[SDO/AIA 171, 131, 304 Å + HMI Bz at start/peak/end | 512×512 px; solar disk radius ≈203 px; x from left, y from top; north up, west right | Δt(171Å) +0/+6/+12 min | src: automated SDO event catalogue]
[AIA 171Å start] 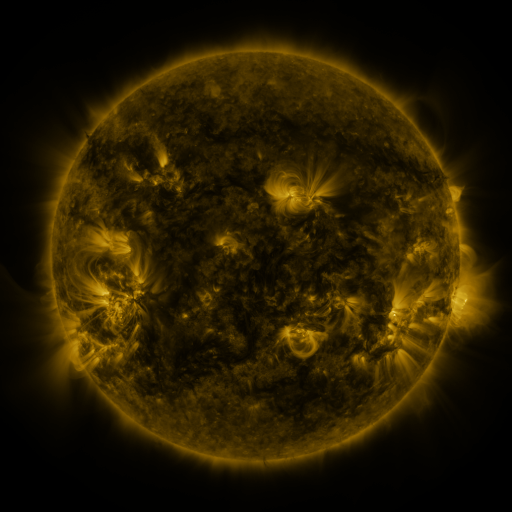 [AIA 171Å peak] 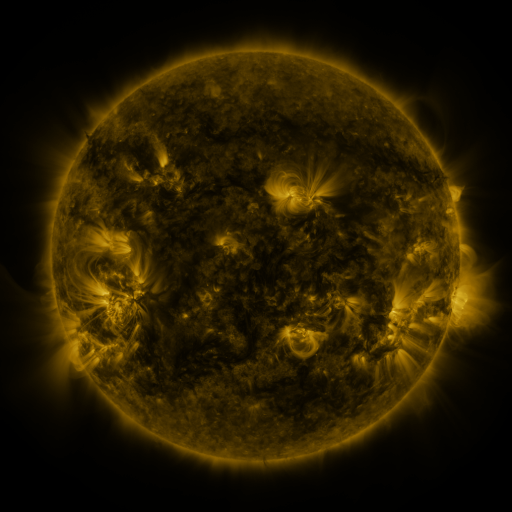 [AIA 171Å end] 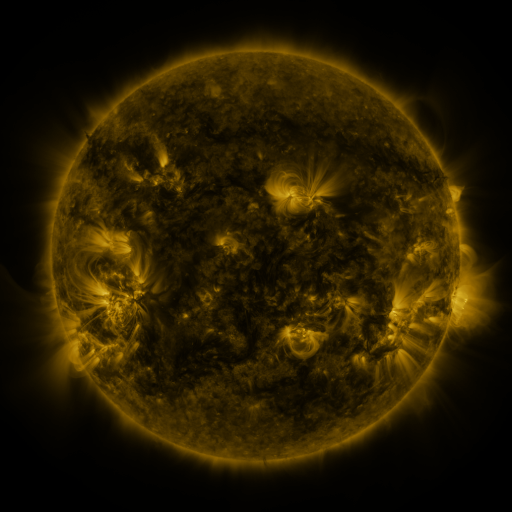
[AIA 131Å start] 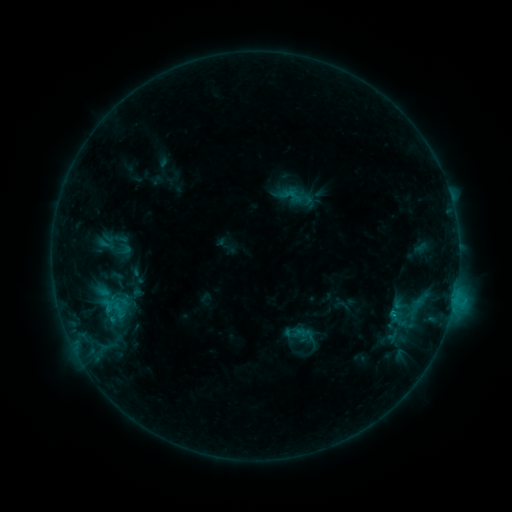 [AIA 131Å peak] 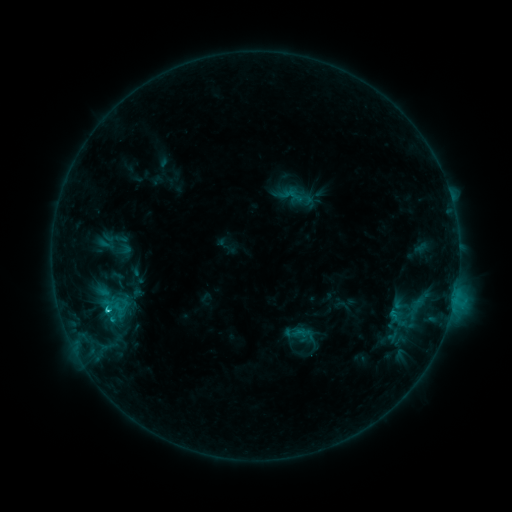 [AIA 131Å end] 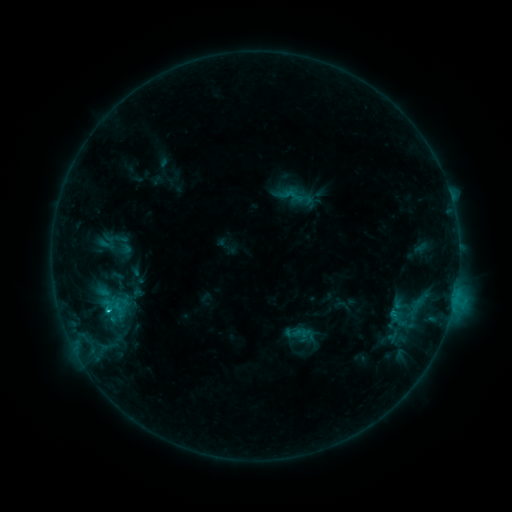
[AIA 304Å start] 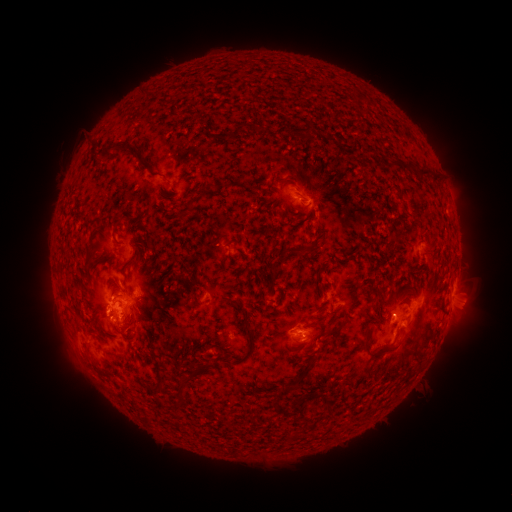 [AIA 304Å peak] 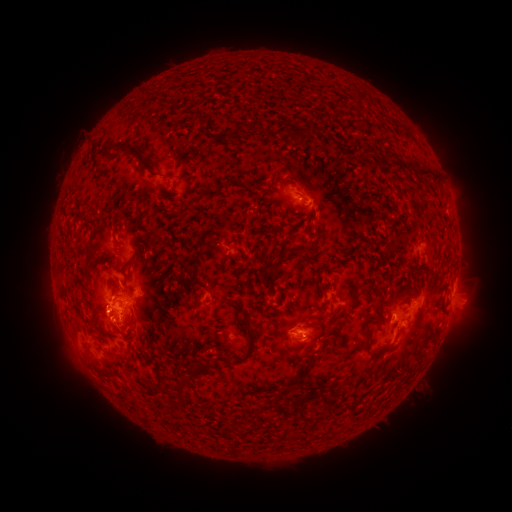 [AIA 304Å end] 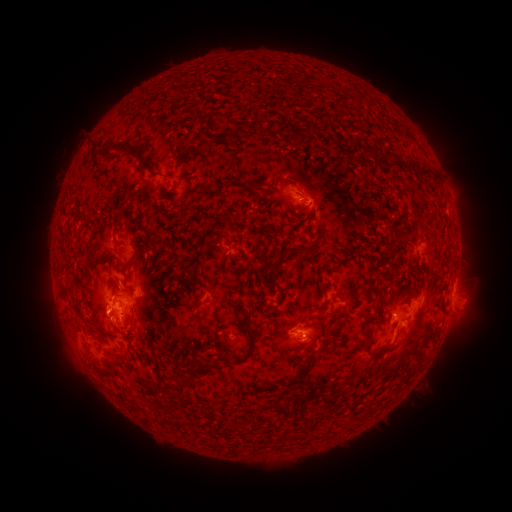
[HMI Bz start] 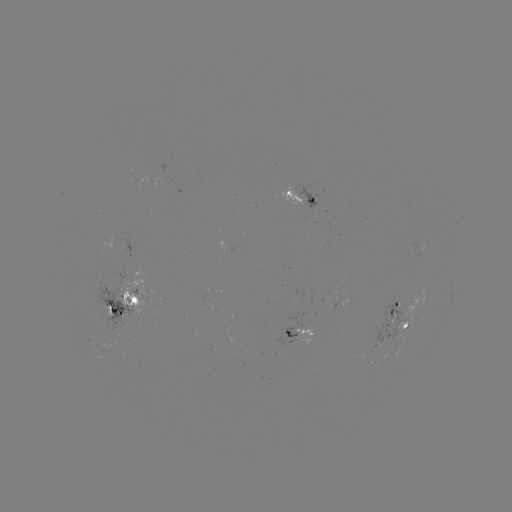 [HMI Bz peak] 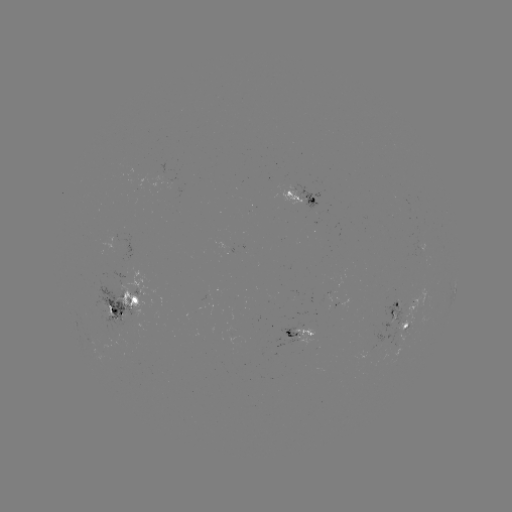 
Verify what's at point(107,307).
C2.3 flare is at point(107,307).